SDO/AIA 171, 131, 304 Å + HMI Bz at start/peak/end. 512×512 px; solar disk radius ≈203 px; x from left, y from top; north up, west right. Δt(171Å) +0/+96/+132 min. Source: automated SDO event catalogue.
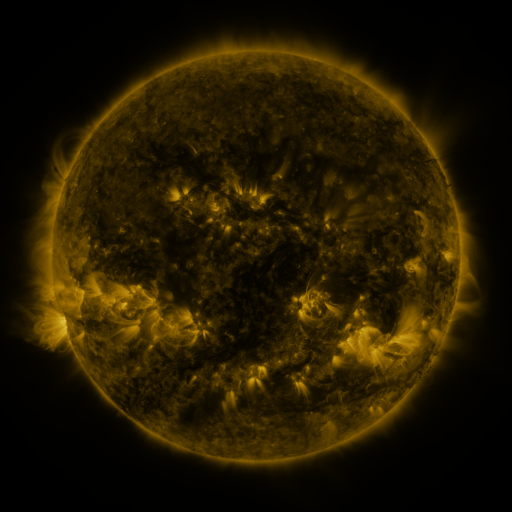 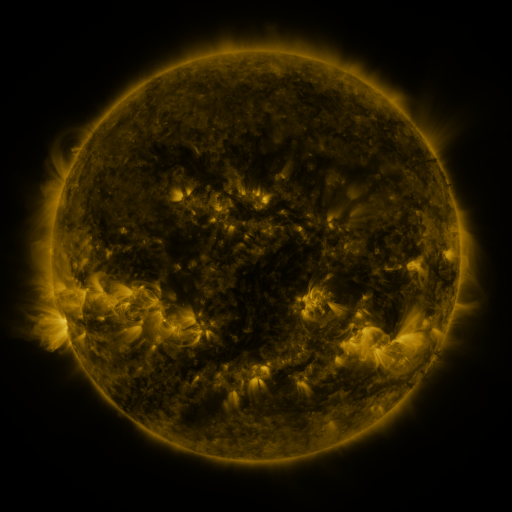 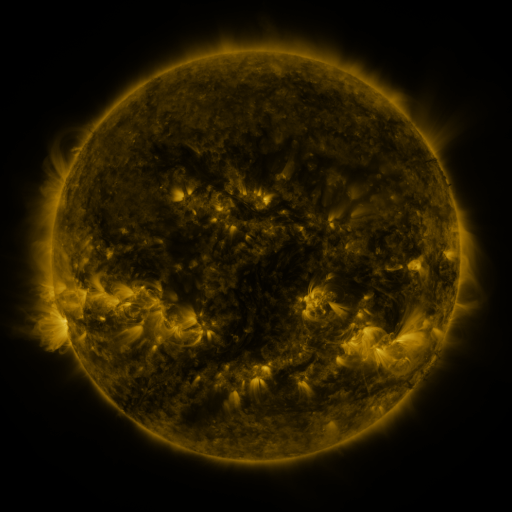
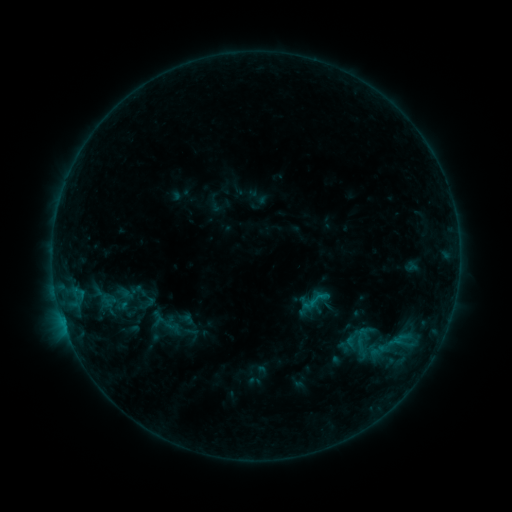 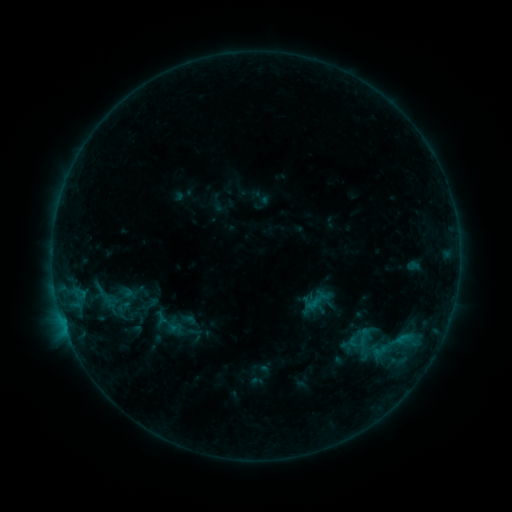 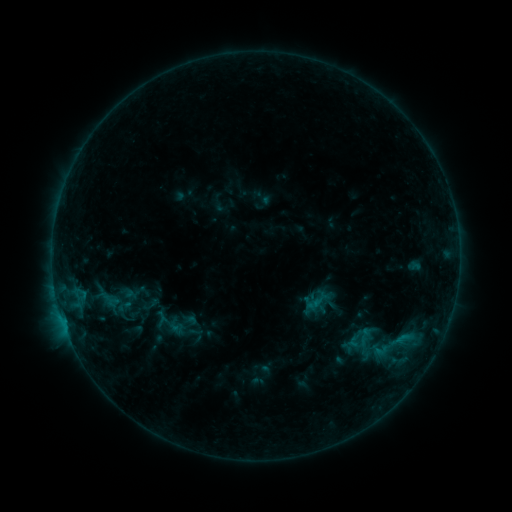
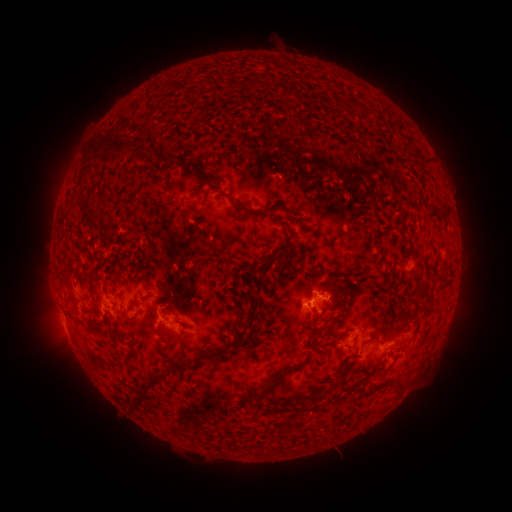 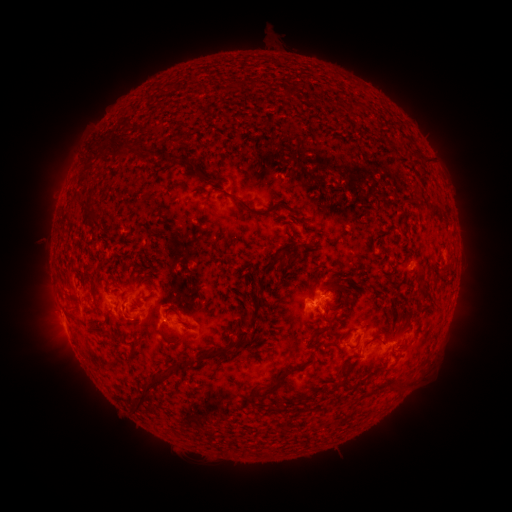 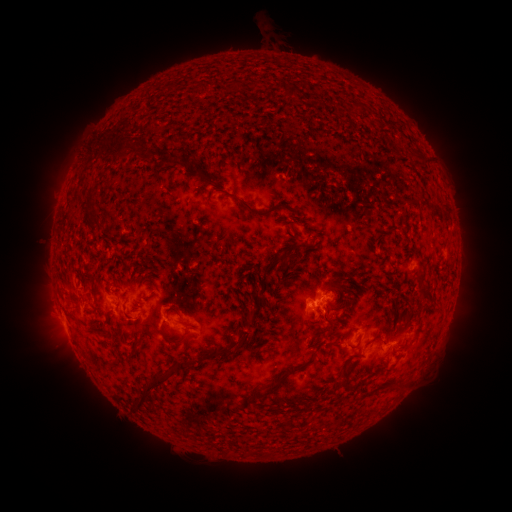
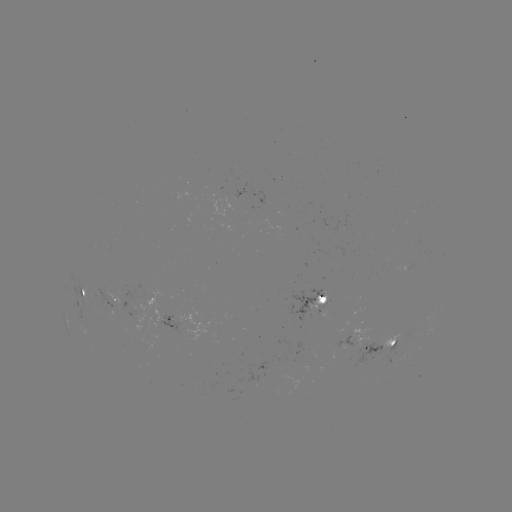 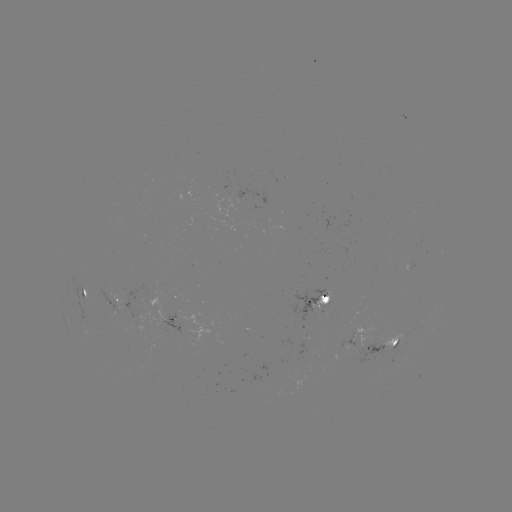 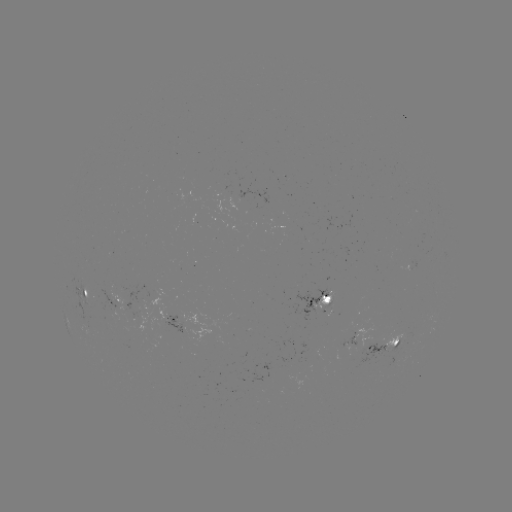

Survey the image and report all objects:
emerging-flux region: (402, 337)
